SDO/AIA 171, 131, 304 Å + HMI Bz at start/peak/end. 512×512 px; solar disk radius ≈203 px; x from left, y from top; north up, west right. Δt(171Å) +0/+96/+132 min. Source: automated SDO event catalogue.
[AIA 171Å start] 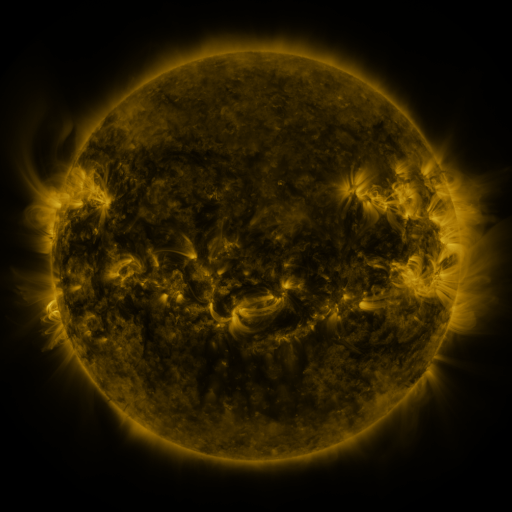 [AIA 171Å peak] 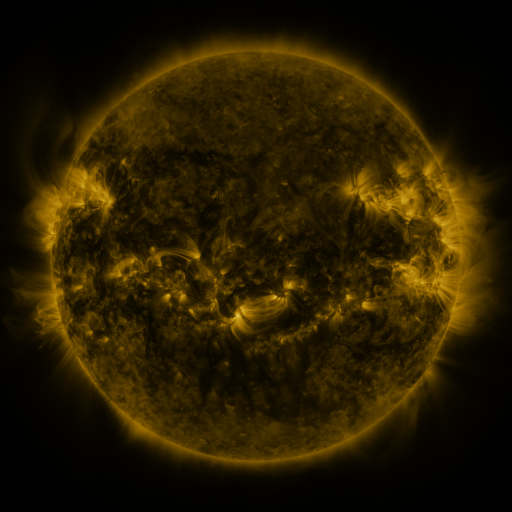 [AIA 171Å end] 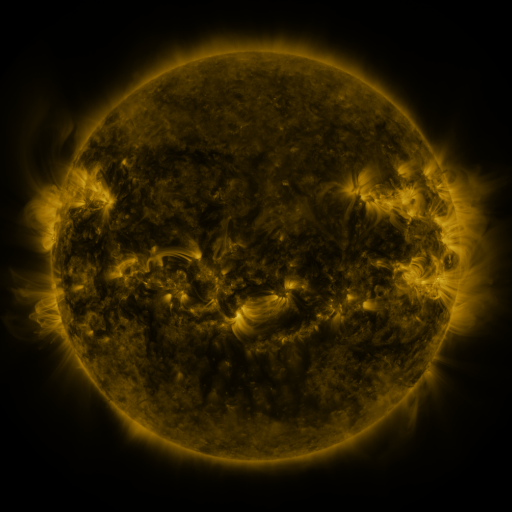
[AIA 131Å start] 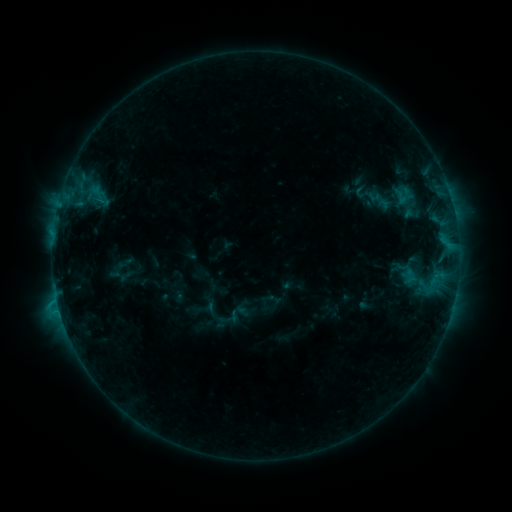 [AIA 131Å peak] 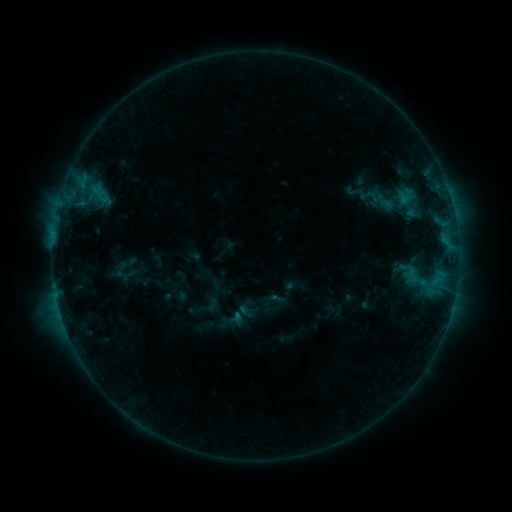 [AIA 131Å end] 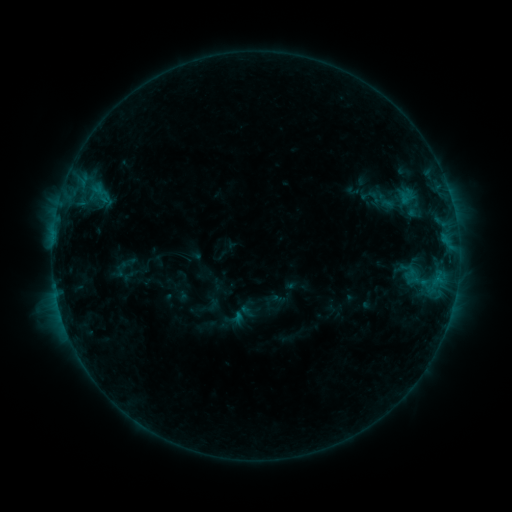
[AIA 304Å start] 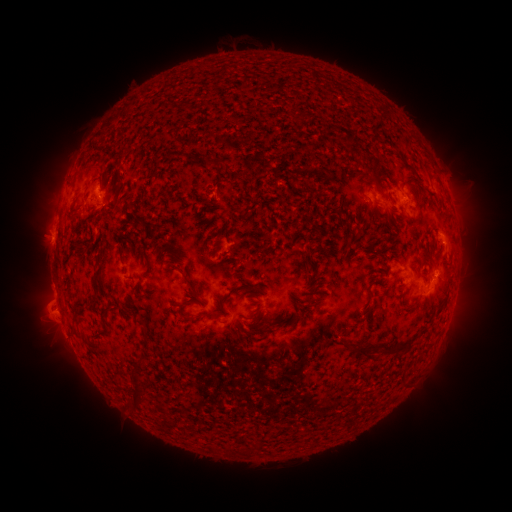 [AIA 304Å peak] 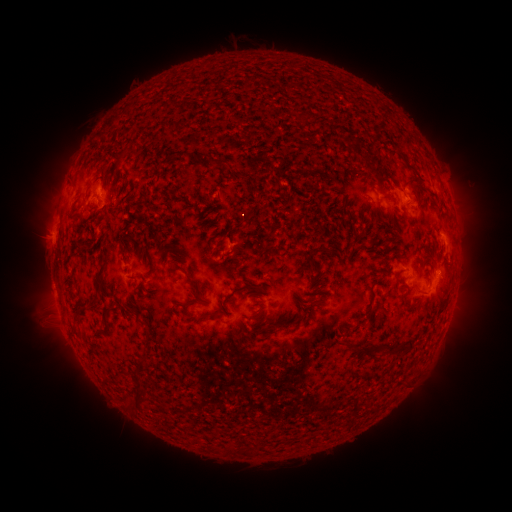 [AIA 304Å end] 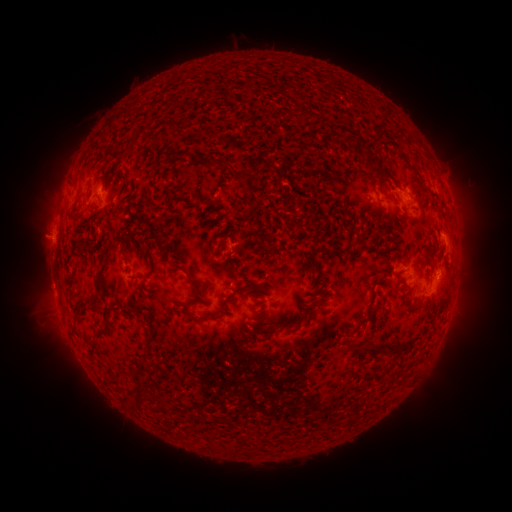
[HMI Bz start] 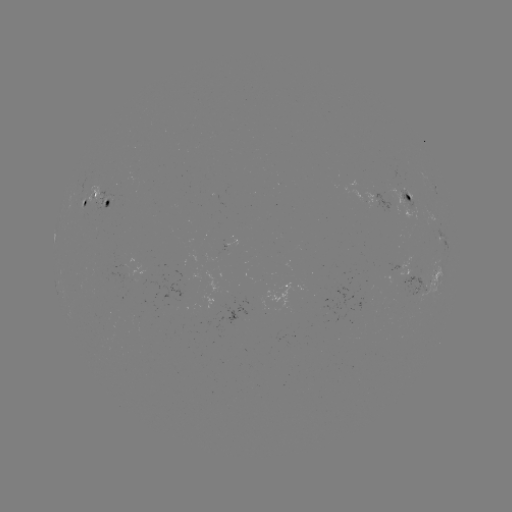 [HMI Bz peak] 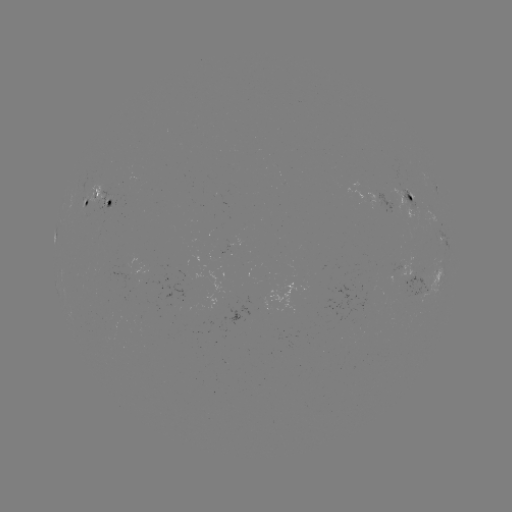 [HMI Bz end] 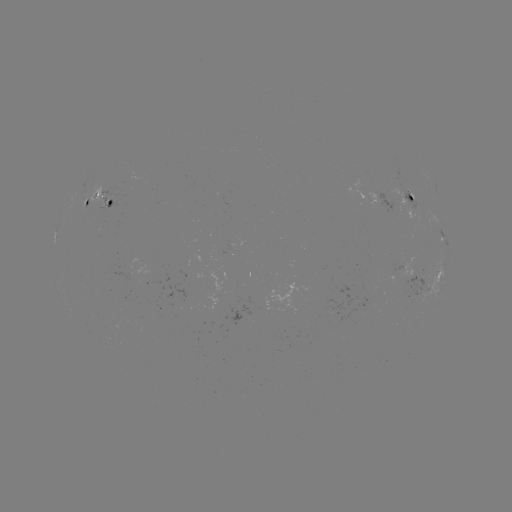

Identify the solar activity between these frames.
emerging-flux region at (410, 268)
